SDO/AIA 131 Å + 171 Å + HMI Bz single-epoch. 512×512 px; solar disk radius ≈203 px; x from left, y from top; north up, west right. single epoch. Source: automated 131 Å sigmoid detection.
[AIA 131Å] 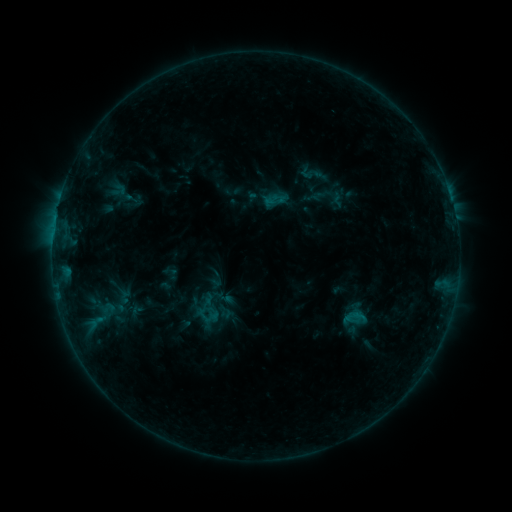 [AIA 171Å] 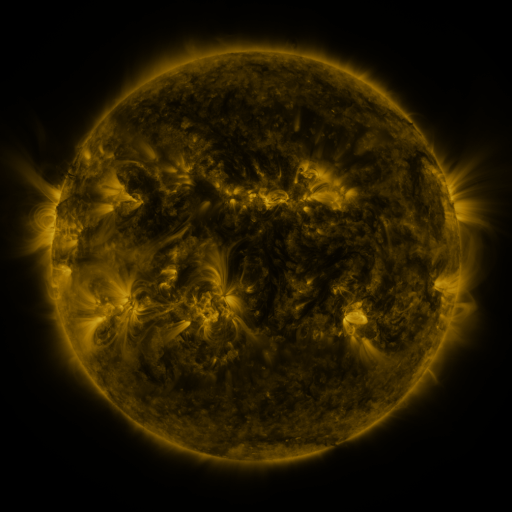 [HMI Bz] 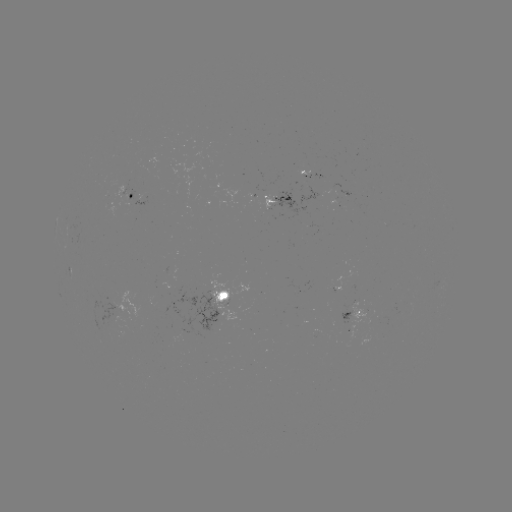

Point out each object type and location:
sigmoid: (296, 159, 329, 189)
sigmoid: (111, 182, 127, 199)
